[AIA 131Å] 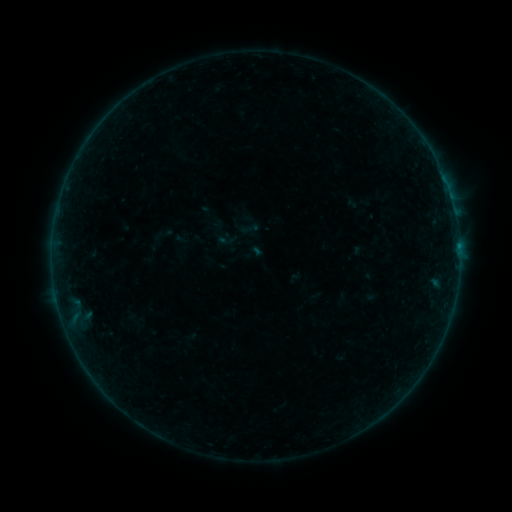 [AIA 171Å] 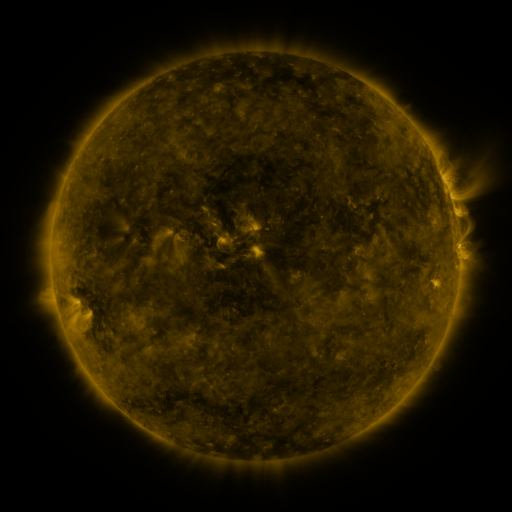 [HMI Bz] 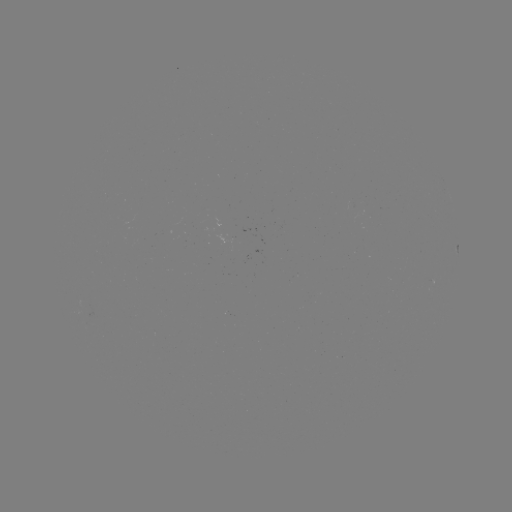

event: sigmoid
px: (227, 240)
